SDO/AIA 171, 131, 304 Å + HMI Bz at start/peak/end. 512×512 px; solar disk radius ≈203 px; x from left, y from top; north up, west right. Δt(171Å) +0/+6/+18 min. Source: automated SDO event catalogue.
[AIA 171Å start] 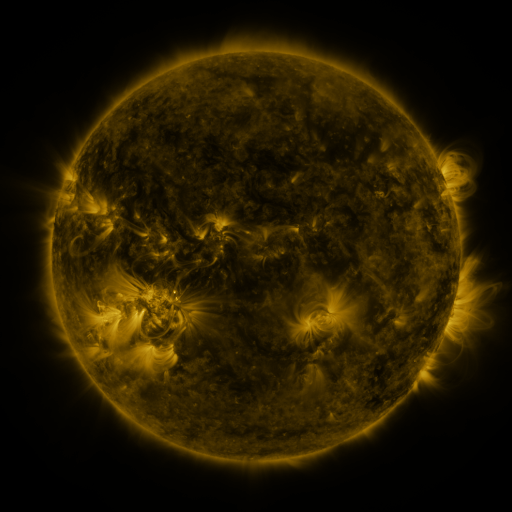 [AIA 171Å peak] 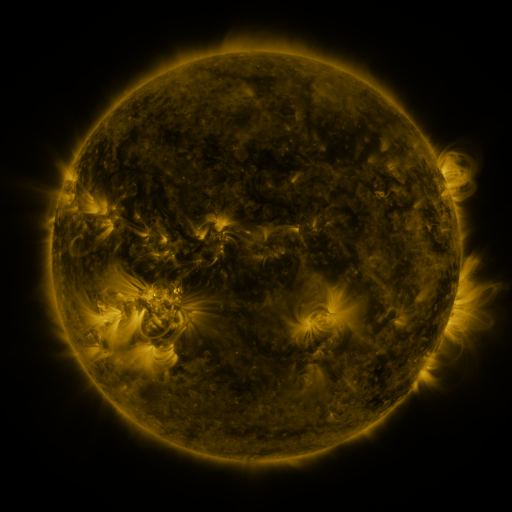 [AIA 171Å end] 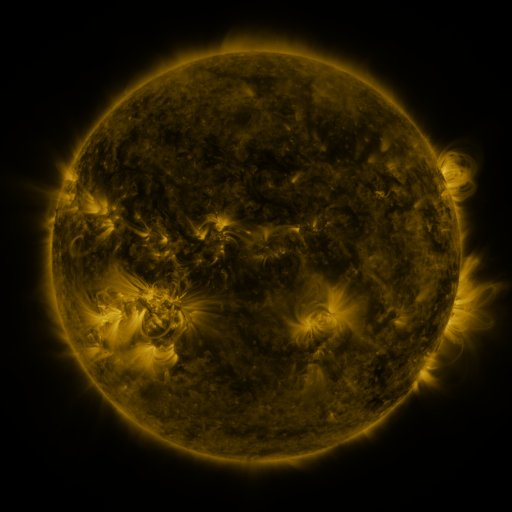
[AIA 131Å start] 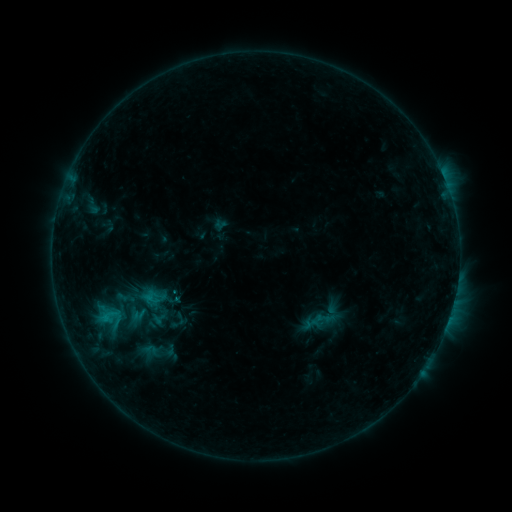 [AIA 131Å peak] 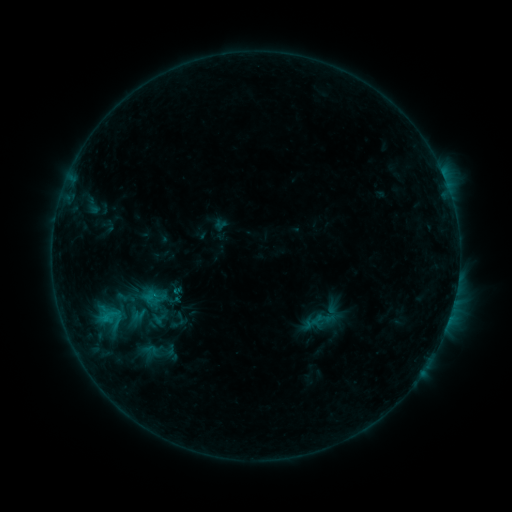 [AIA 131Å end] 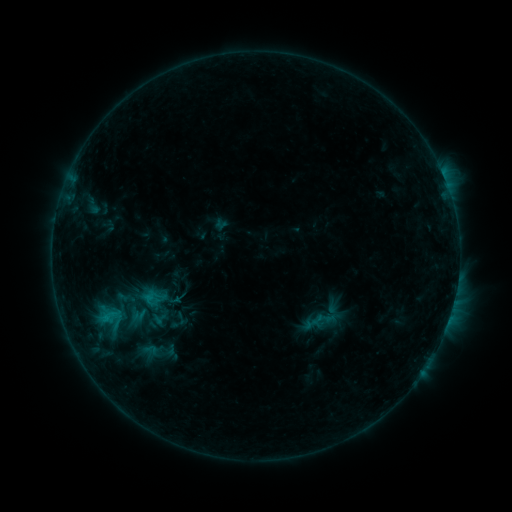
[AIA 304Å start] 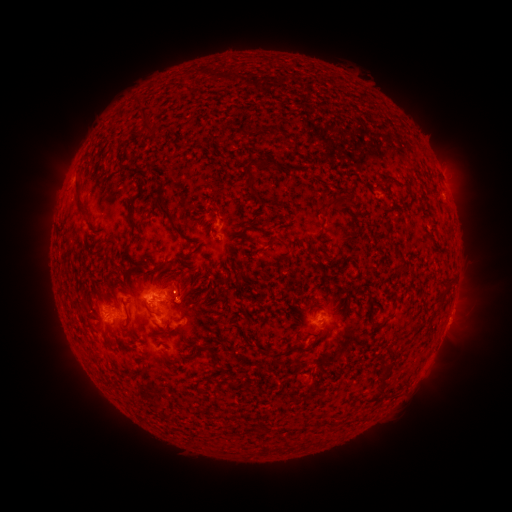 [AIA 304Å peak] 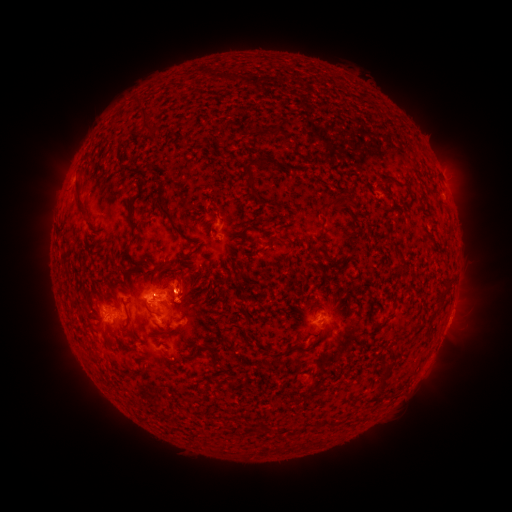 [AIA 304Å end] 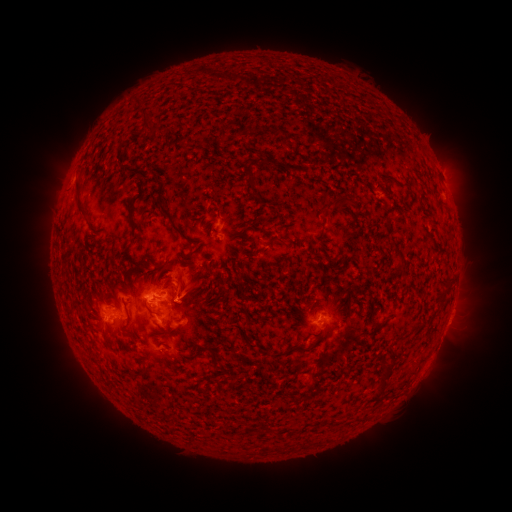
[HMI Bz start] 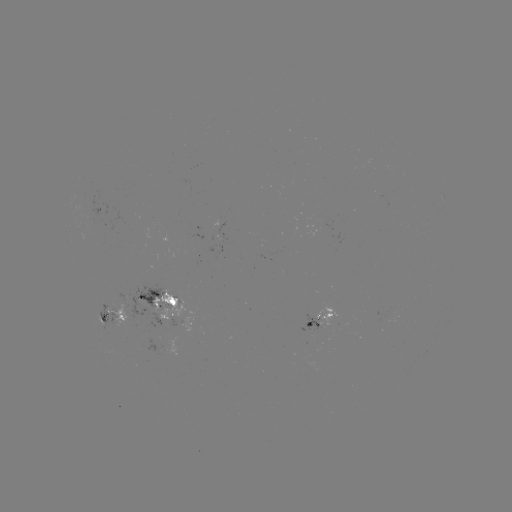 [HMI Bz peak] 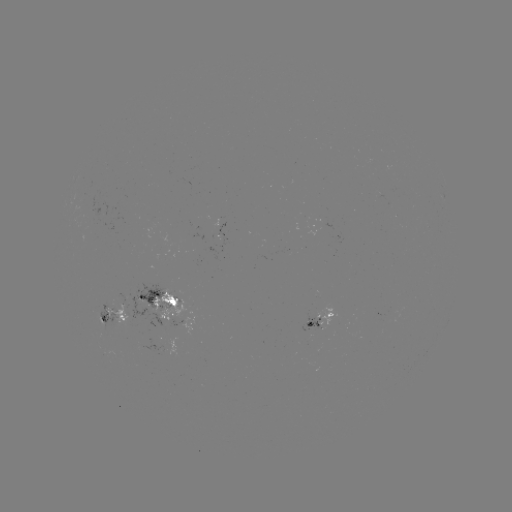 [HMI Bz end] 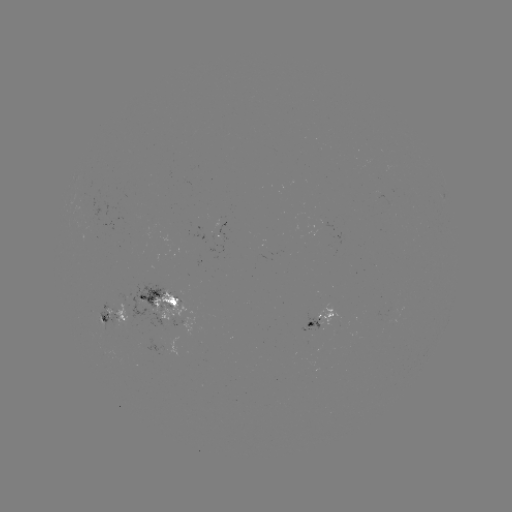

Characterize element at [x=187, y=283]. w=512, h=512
eruption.